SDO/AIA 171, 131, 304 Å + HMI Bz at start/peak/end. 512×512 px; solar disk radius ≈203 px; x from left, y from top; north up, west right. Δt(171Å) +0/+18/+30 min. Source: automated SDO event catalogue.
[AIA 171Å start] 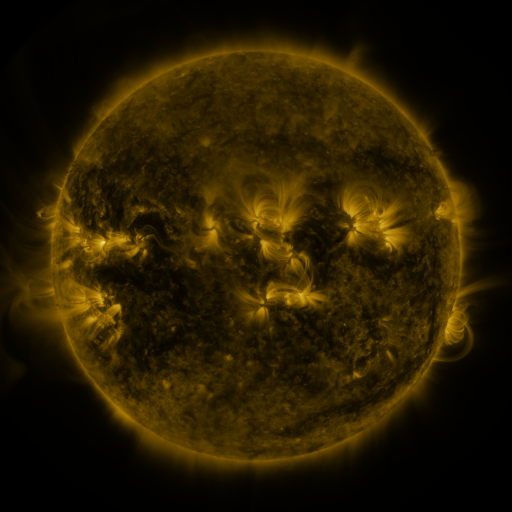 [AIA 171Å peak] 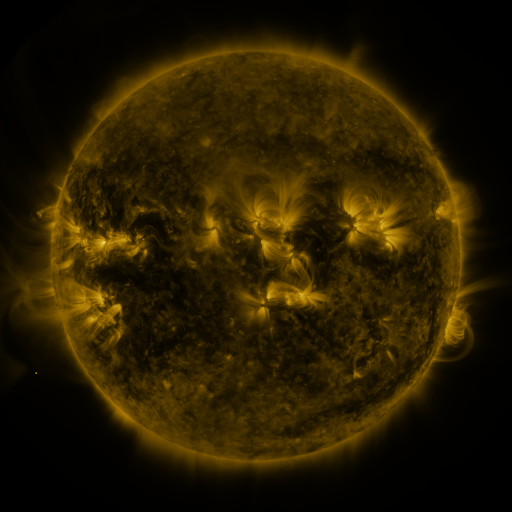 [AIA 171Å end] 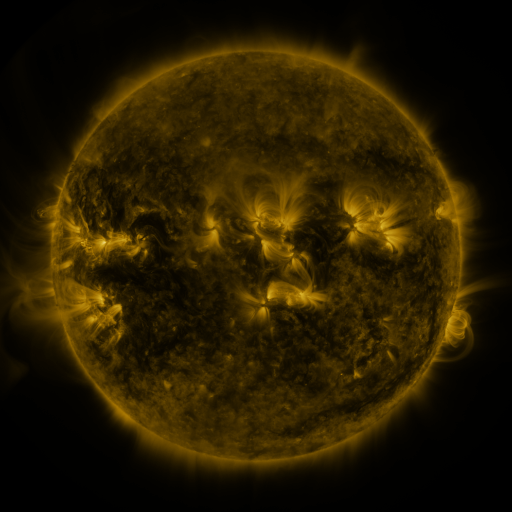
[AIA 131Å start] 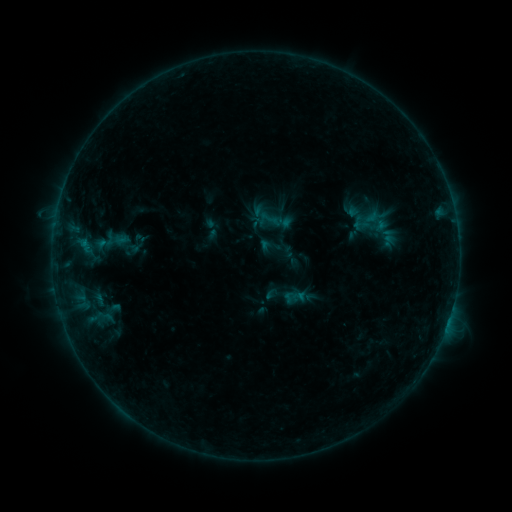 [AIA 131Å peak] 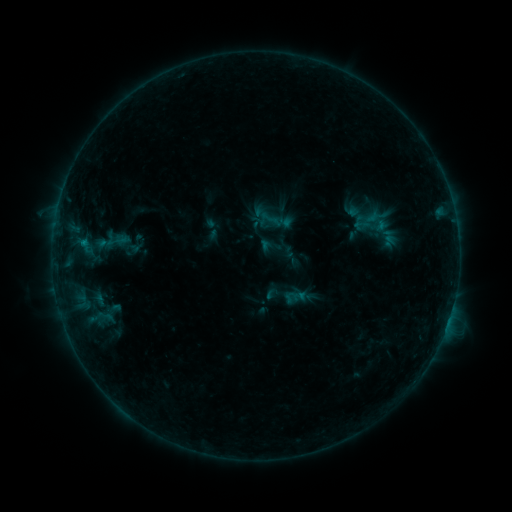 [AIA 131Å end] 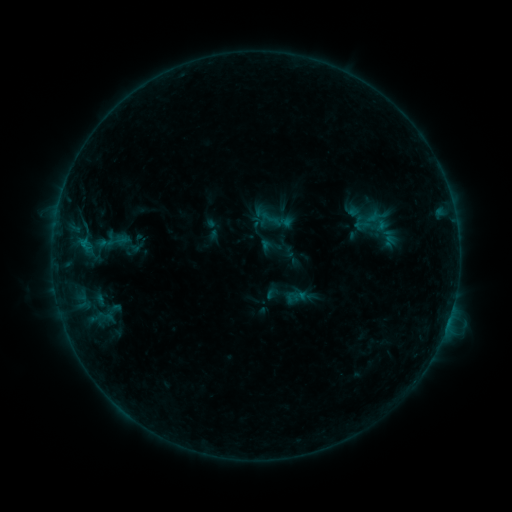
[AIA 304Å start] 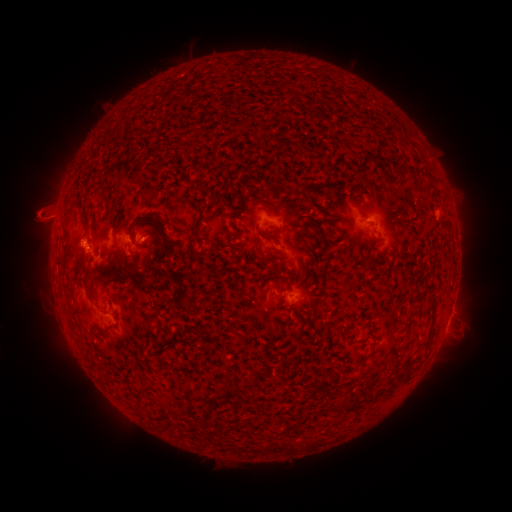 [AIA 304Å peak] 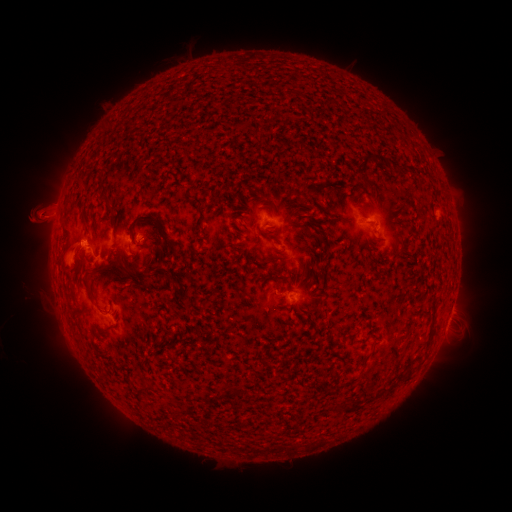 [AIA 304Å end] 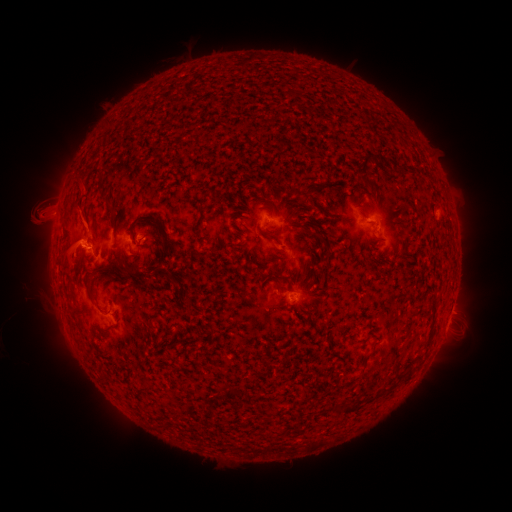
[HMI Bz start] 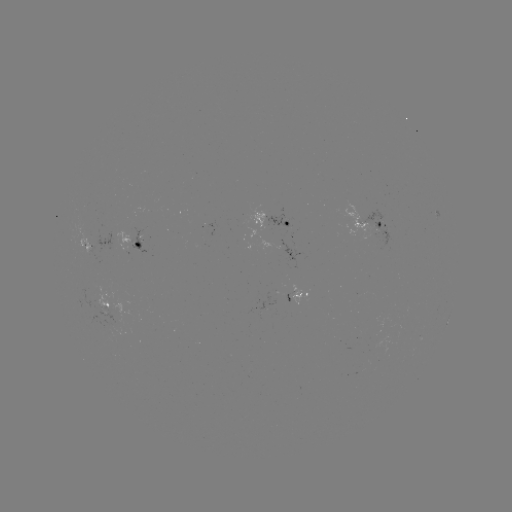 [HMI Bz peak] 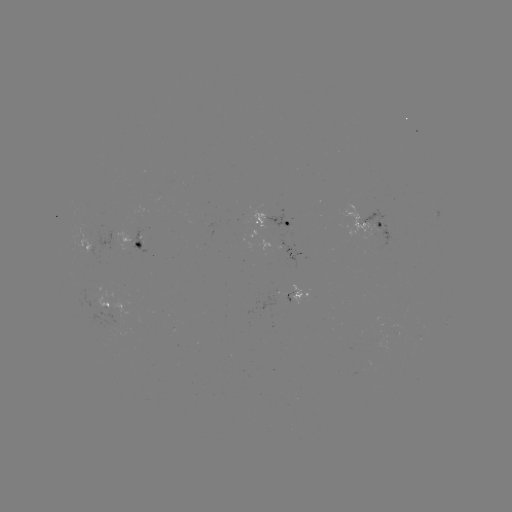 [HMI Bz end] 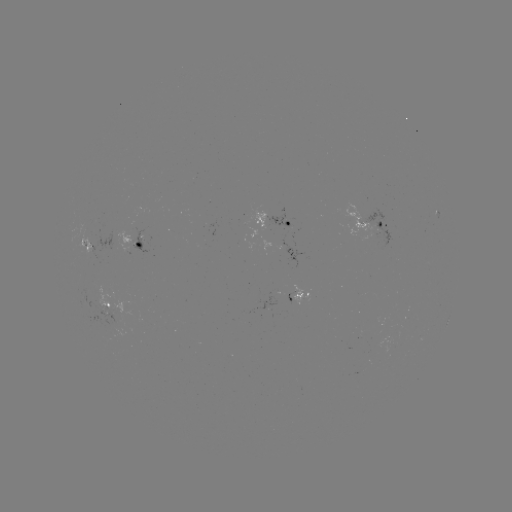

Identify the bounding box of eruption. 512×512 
[31, 191, 129, 308].